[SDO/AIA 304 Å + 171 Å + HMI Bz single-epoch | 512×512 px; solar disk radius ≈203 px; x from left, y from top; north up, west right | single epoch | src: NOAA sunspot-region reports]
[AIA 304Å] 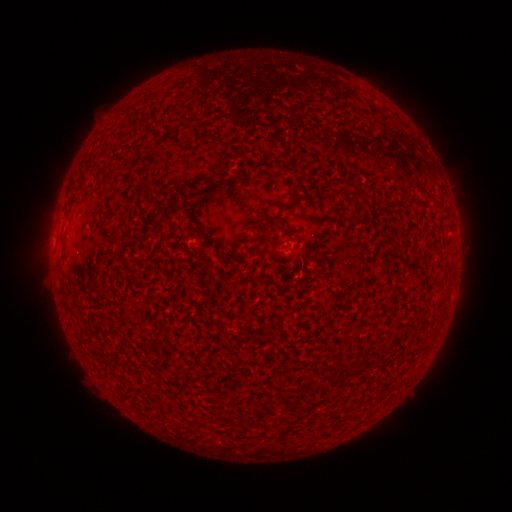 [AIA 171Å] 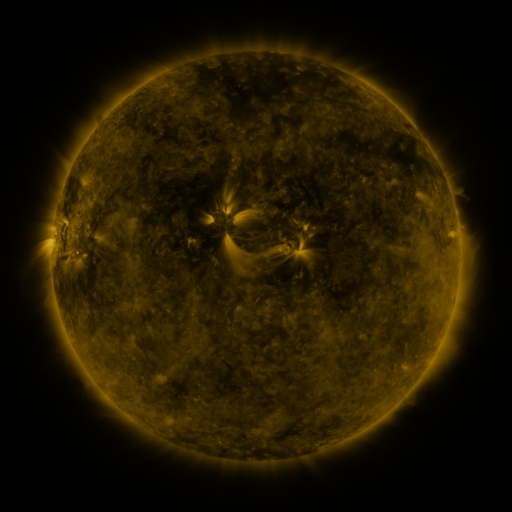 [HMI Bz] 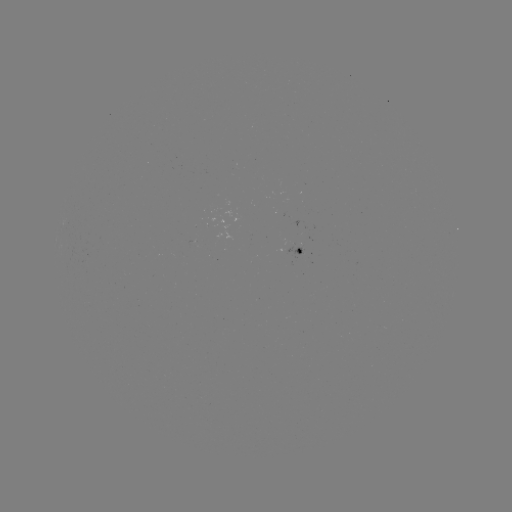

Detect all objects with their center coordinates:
spotted active region: (301, 252)
